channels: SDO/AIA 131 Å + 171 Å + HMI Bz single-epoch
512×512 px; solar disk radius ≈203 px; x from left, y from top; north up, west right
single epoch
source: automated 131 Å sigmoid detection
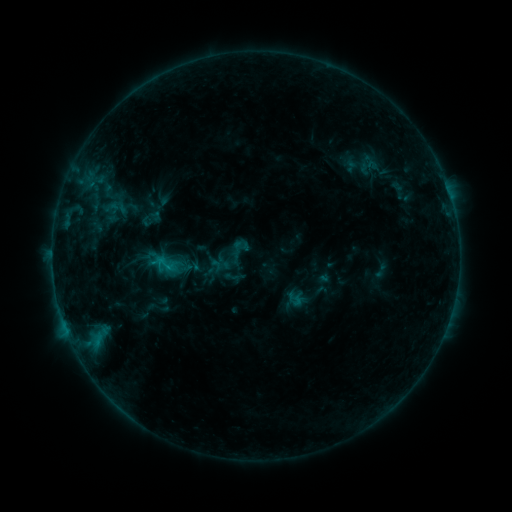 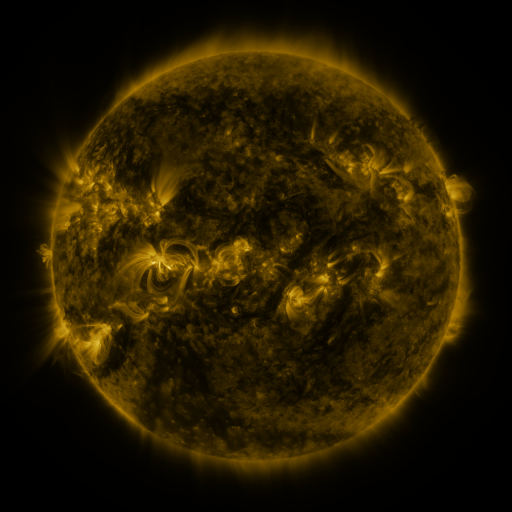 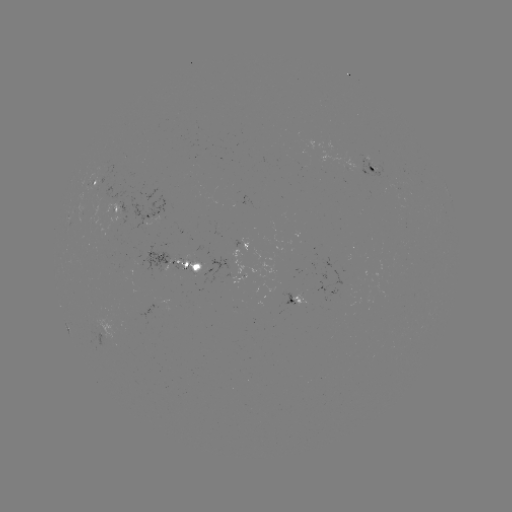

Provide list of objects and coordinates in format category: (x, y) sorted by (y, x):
sigmoid: (295, 299)
